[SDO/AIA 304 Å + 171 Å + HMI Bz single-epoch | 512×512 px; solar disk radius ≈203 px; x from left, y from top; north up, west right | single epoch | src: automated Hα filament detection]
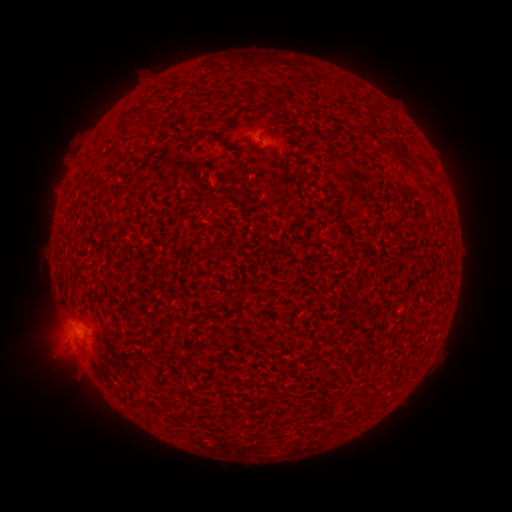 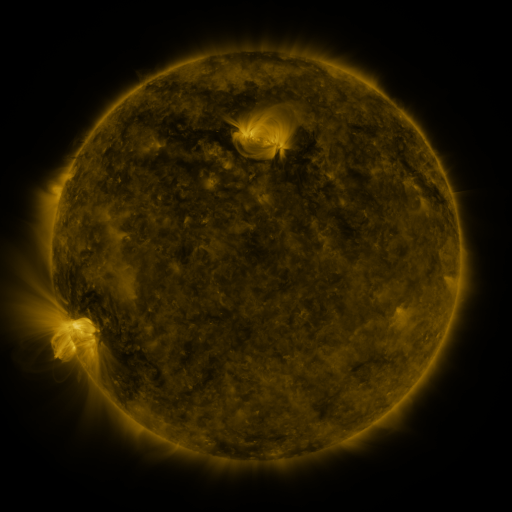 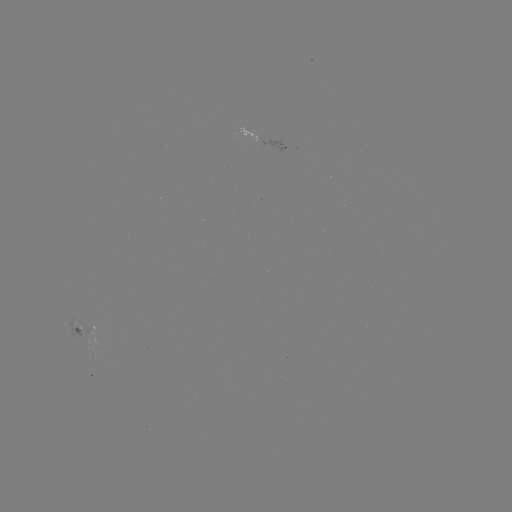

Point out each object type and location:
filament: (250, 91)
filament: (277, 94)
filament: (141, 114)
filament: (369, 121)
filament: (124, 123)
filament: (204, 135)
filament: (221, 144)
filament: (396, 152)
filament: (300, 154)
filament: (170, 402)
